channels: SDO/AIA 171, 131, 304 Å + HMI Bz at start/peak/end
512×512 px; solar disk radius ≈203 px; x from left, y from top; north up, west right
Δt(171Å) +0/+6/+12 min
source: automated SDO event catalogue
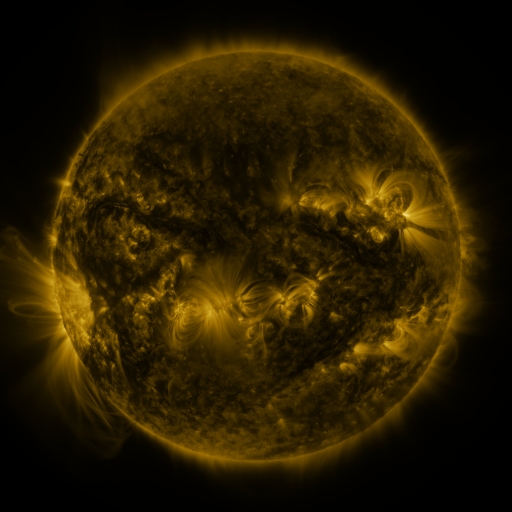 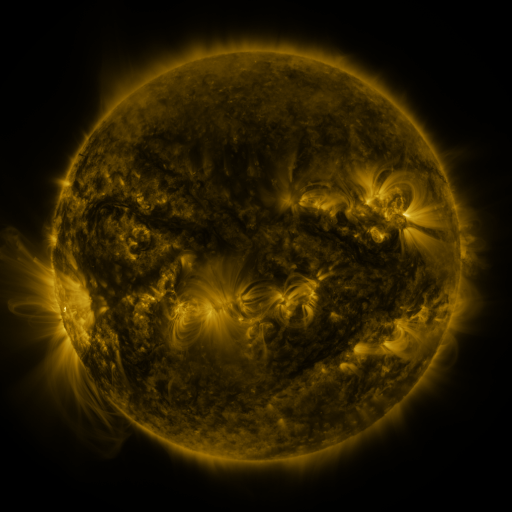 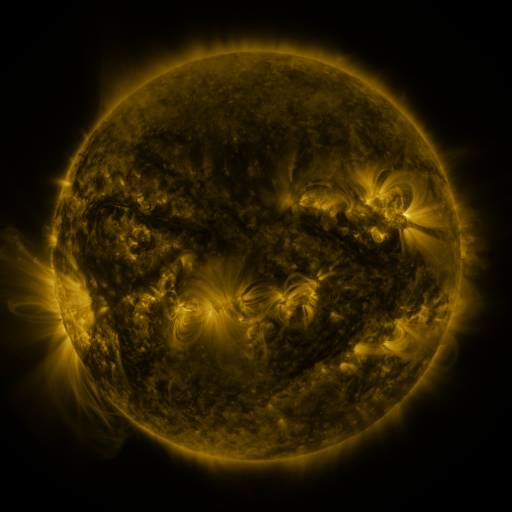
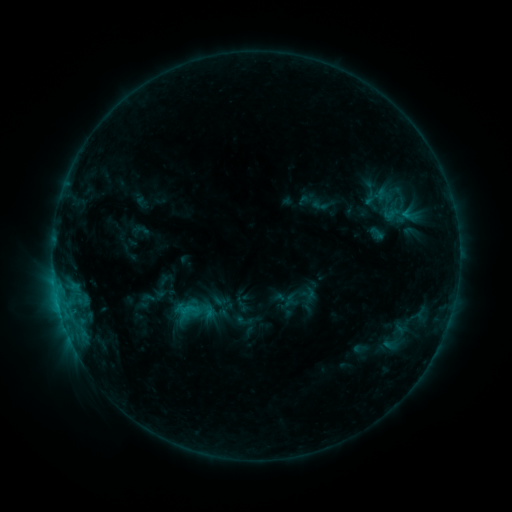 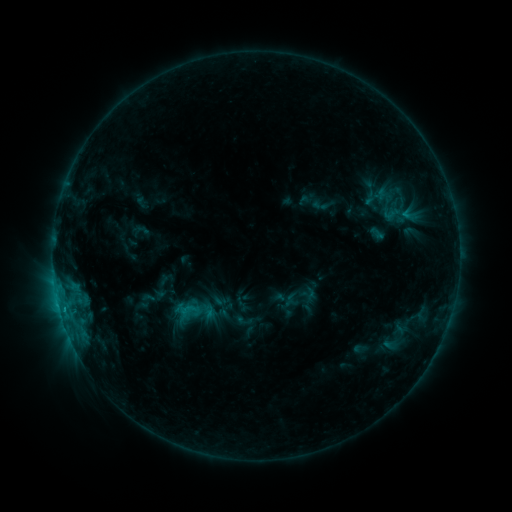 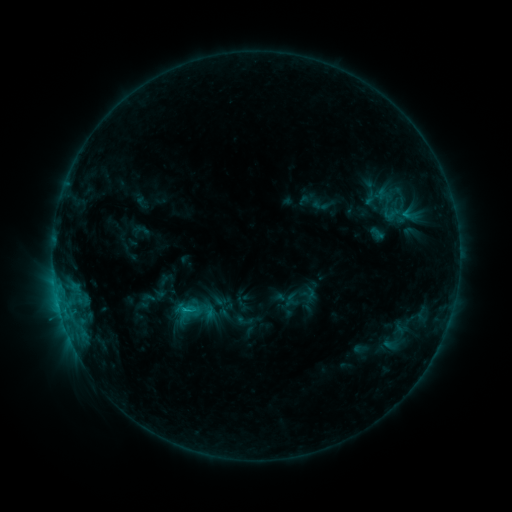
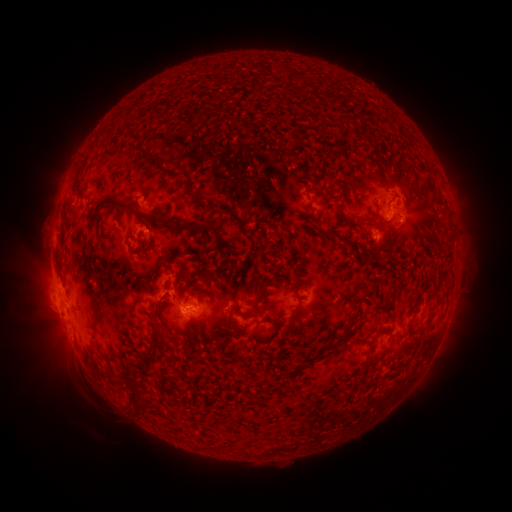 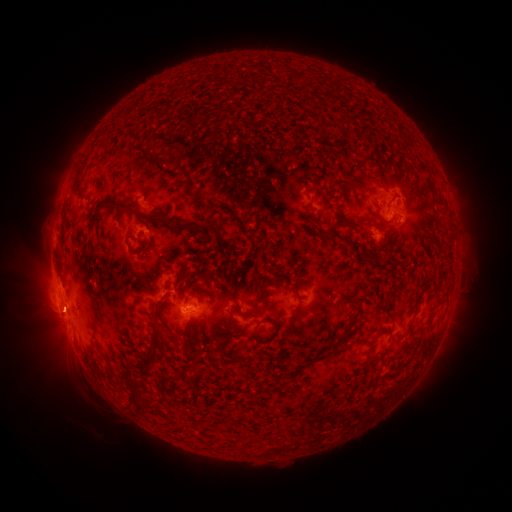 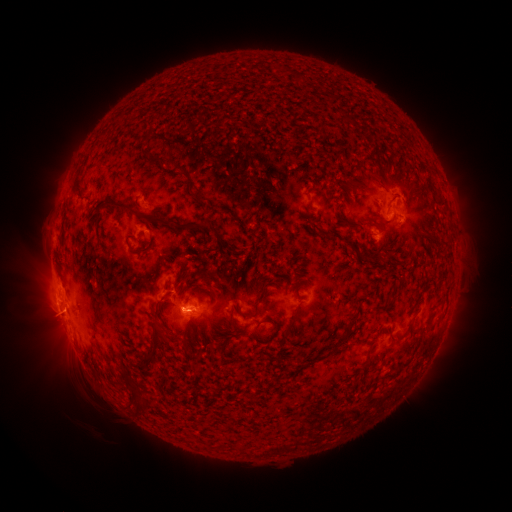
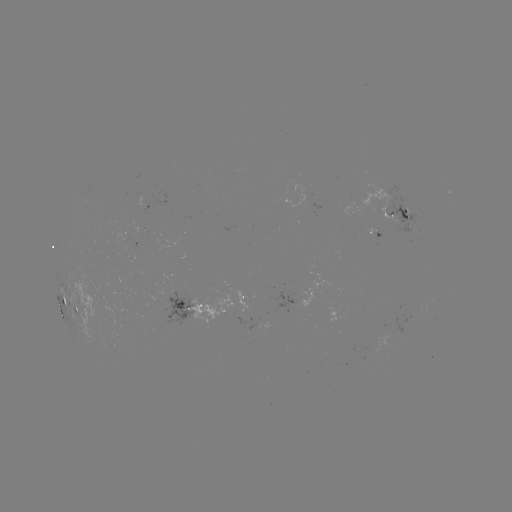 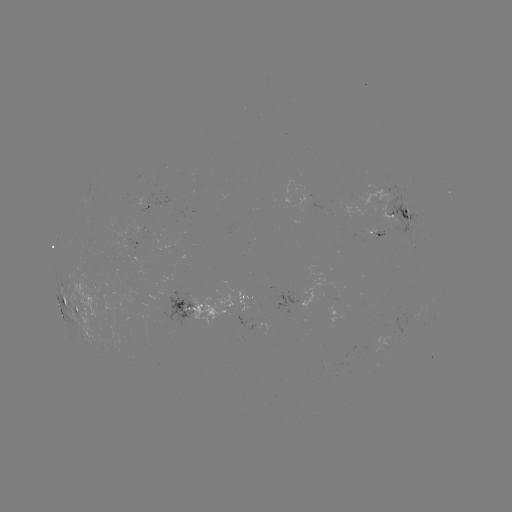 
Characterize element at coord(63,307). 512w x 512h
C1.4 flare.